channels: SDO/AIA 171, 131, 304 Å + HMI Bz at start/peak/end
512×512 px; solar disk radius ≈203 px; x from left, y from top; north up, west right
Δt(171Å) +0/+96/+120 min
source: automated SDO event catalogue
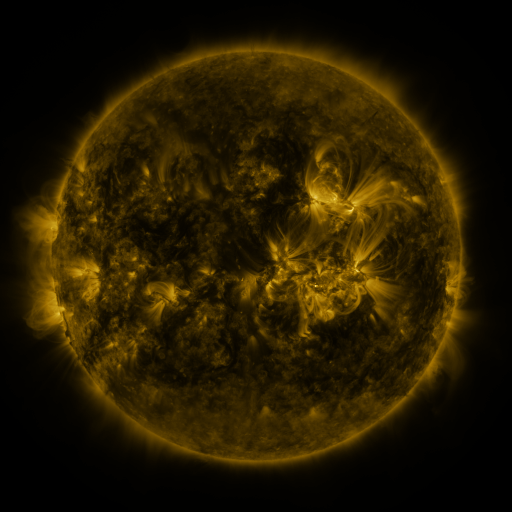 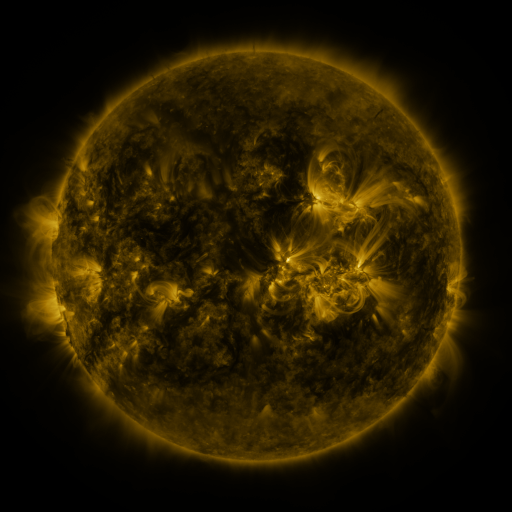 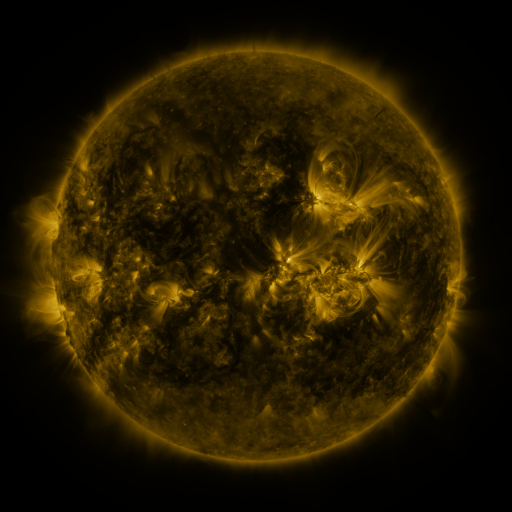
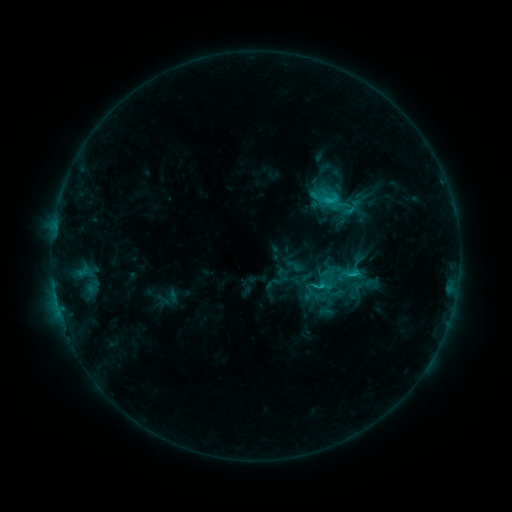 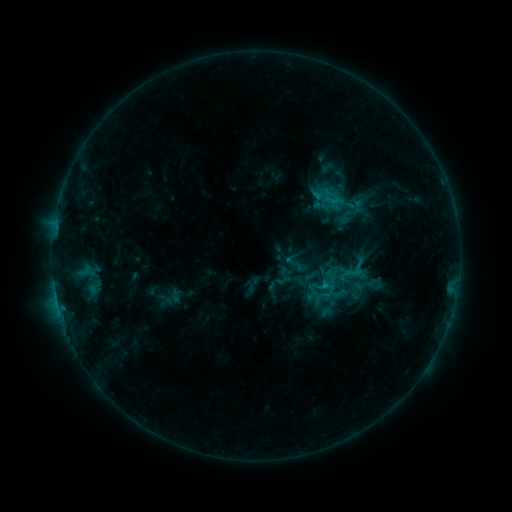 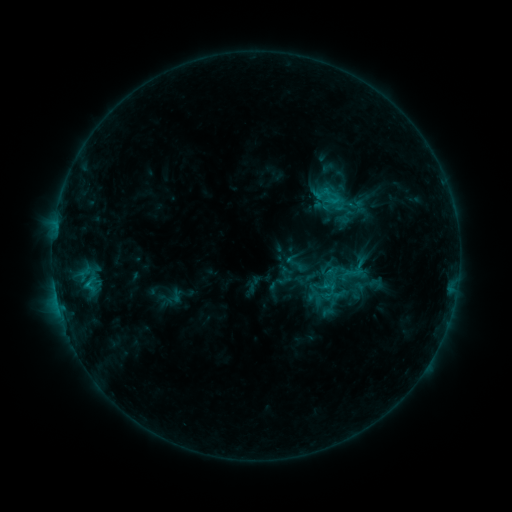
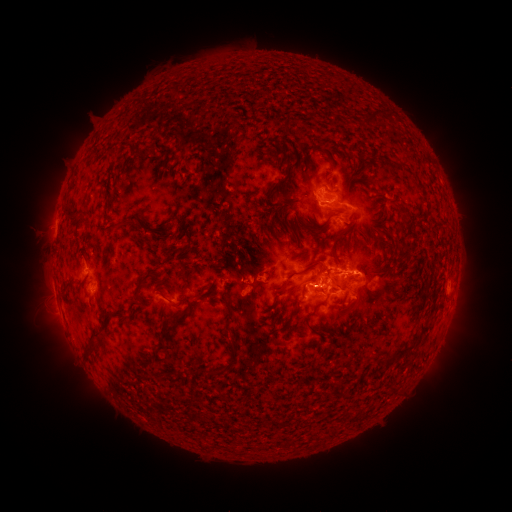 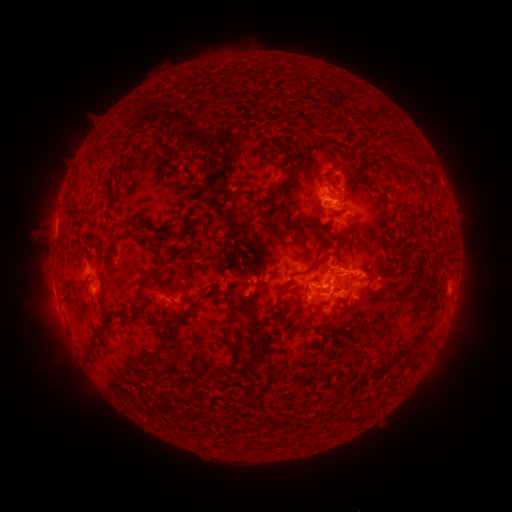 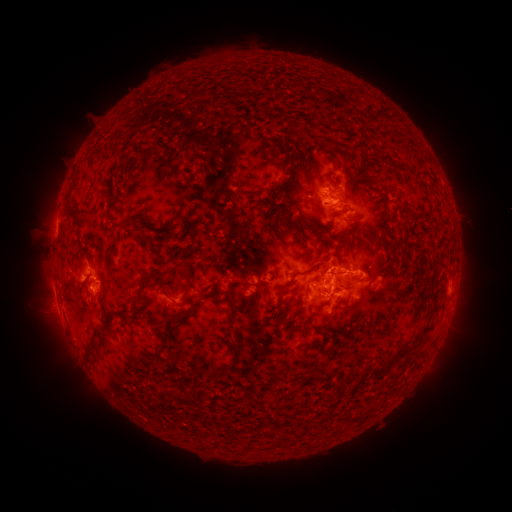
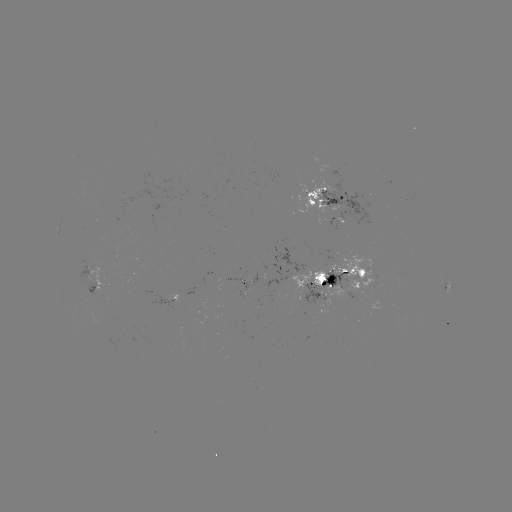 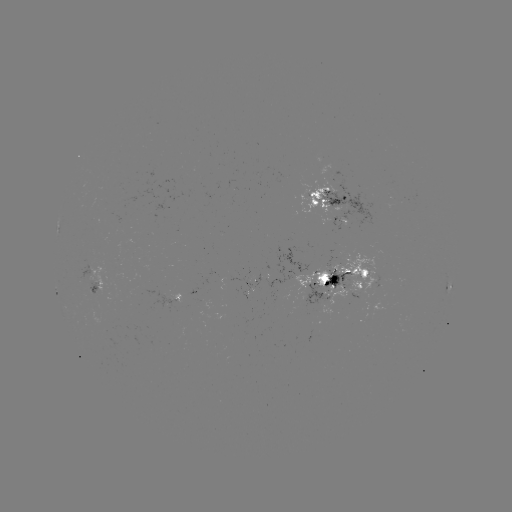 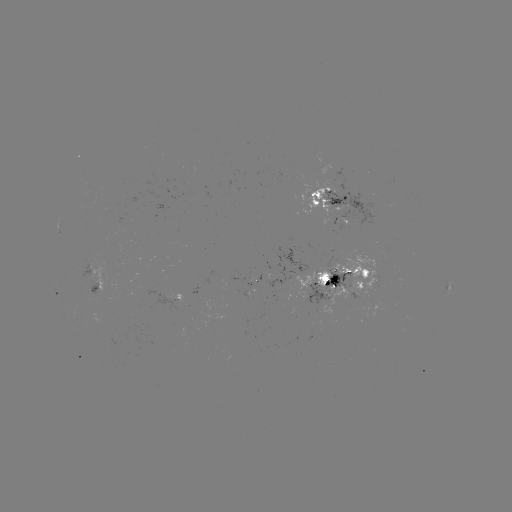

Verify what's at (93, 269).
emerging-flux region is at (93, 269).